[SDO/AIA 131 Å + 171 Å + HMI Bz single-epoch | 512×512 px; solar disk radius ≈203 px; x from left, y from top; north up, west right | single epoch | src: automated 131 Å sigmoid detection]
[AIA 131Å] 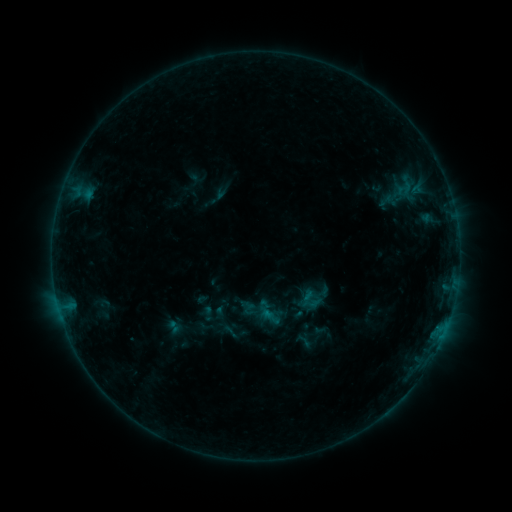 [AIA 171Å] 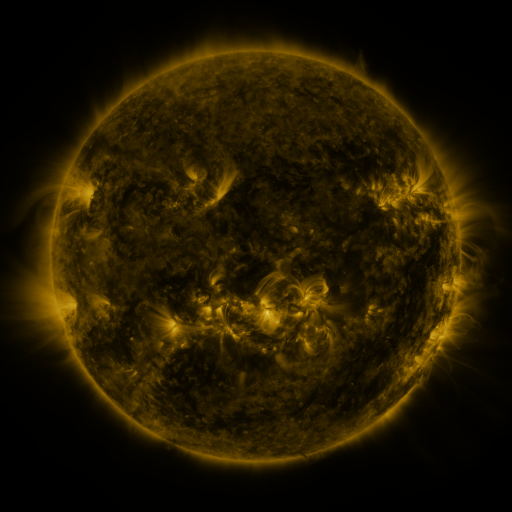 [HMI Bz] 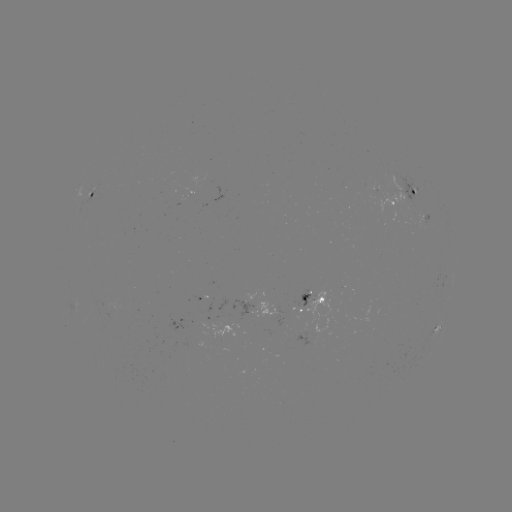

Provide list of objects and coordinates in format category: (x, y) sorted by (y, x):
sigmoid: (310, 300)
